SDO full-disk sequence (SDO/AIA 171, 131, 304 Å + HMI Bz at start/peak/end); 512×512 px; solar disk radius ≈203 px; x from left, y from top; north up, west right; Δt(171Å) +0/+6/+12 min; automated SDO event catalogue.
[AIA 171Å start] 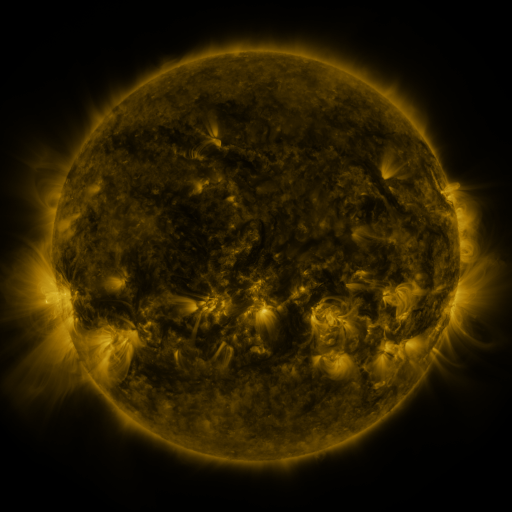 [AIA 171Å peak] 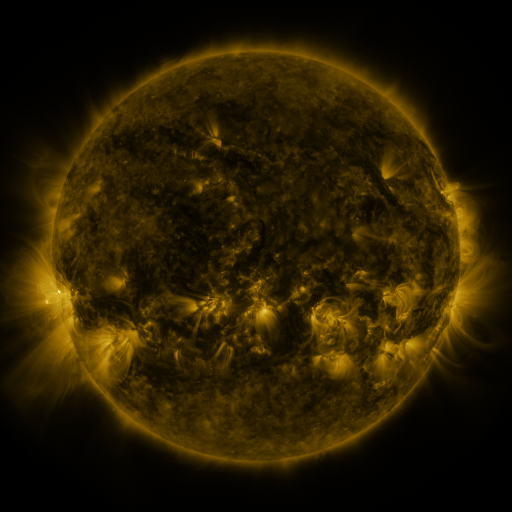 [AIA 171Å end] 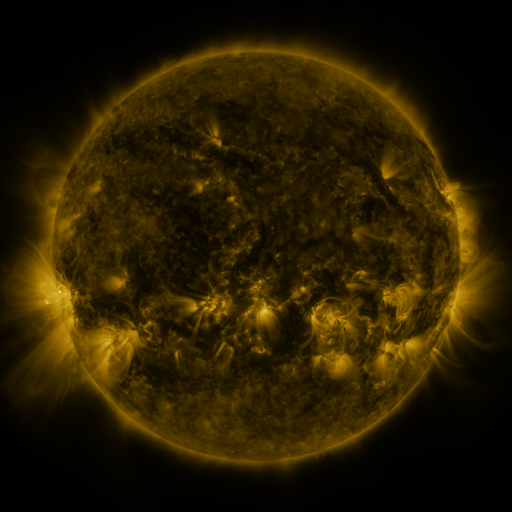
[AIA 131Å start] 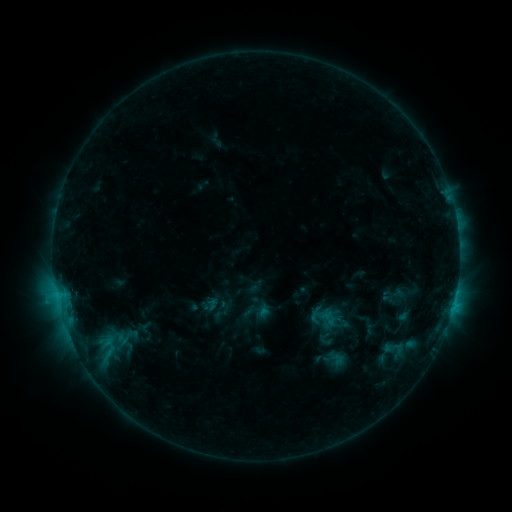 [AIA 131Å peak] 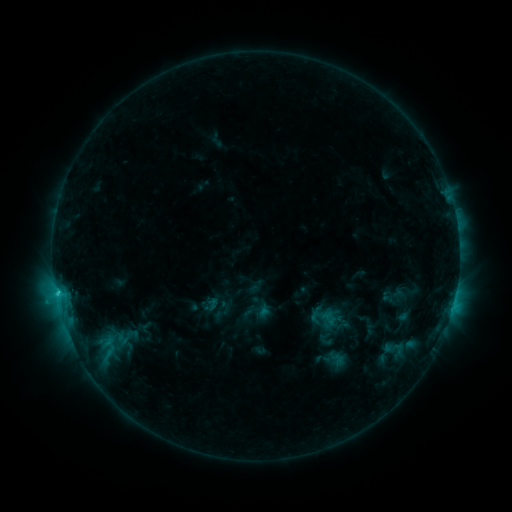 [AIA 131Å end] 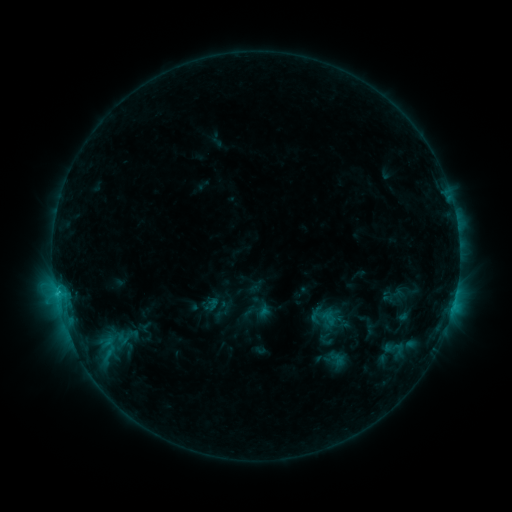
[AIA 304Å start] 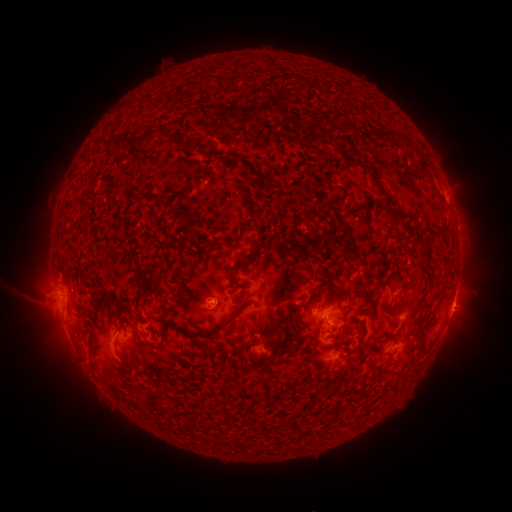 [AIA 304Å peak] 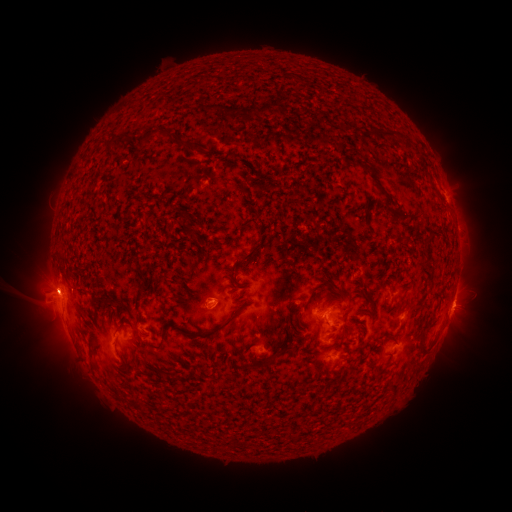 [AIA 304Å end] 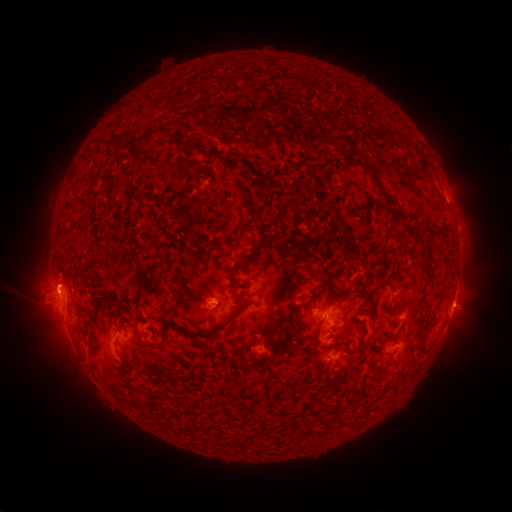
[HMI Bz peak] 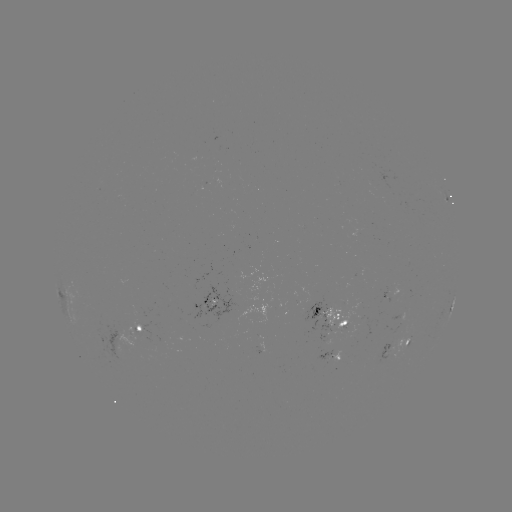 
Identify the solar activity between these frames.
eruption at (52, 287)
